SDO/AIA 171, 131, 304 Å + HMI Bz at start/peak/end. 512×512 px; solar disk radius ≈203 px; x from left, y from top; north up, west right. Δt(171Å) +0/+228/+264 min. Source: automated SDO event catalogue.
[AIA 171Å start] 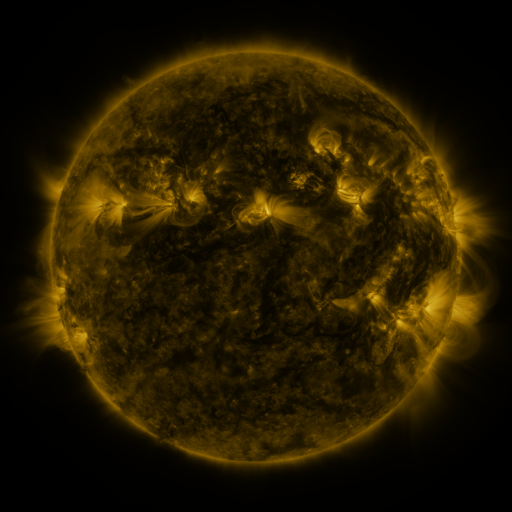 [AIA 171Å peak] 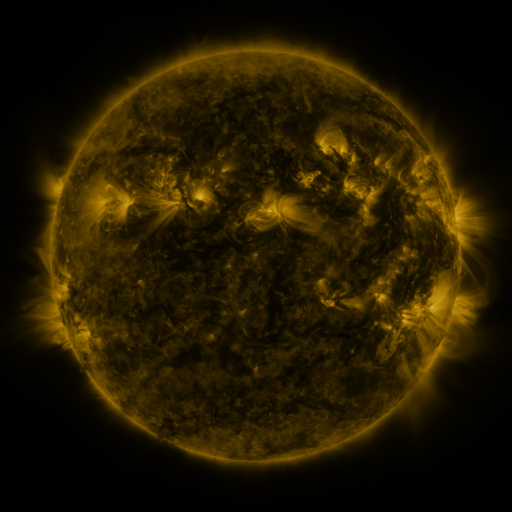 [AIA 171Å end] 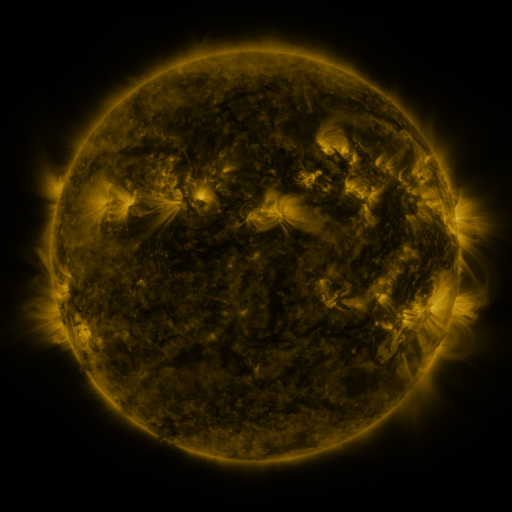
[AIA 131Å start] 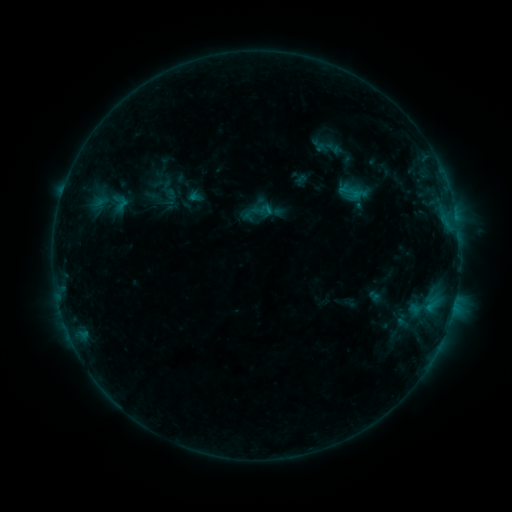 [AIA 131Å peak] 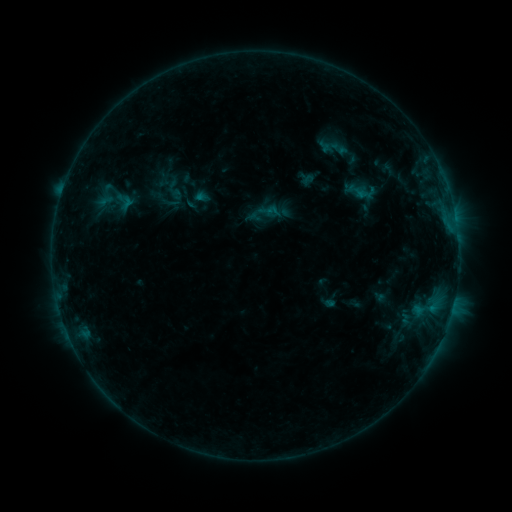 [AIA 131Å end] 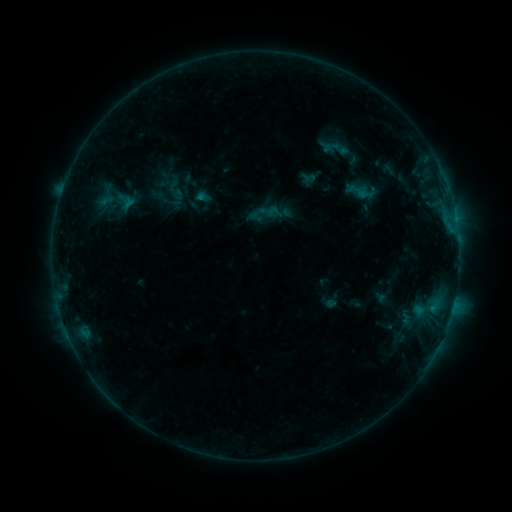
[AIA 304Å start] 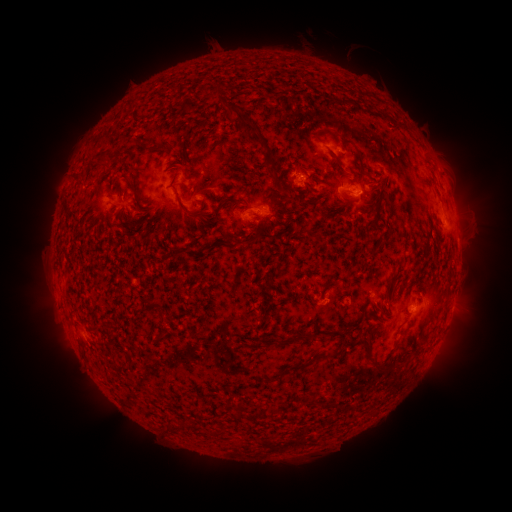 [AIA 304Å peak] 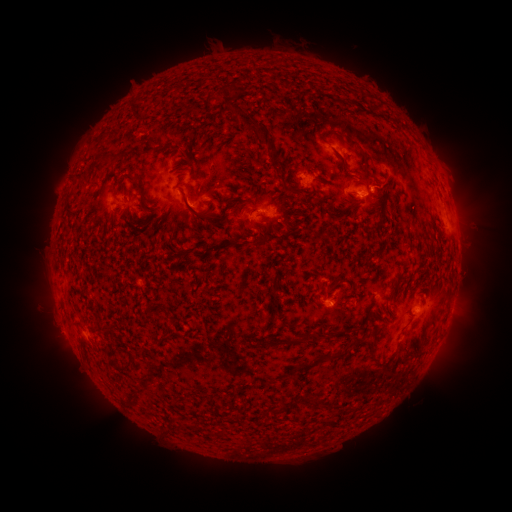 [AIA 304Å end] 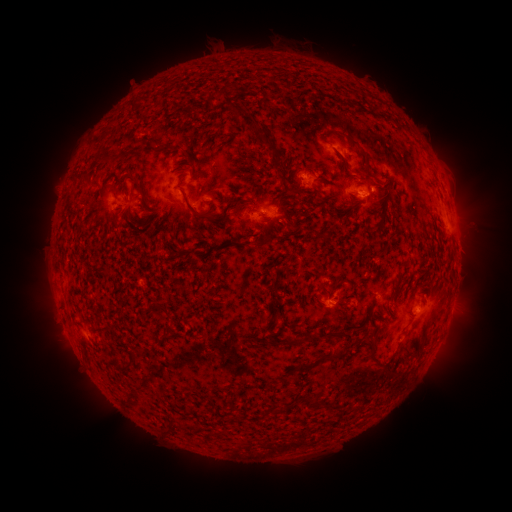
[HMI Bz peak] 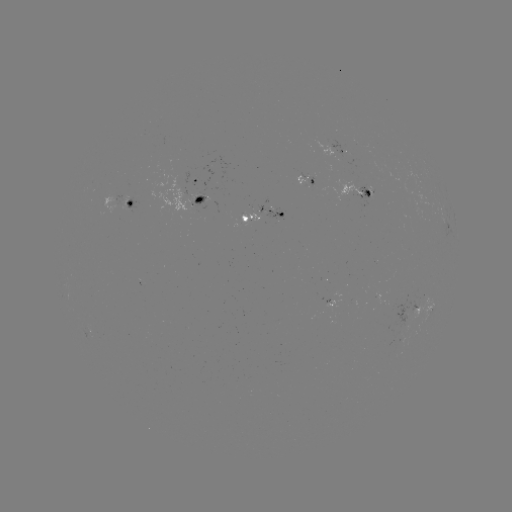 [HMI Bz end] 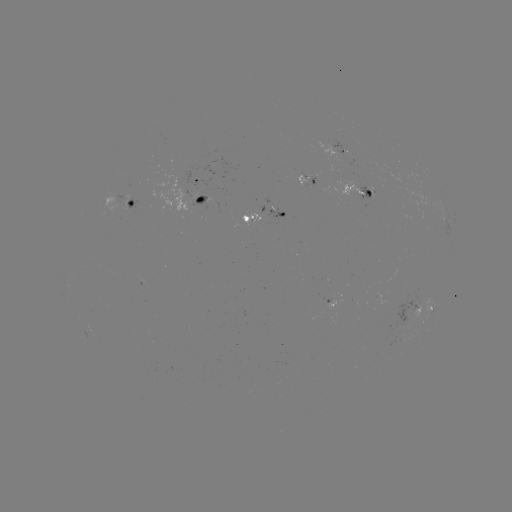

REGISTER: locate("emerging-flux region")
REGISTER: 303,182